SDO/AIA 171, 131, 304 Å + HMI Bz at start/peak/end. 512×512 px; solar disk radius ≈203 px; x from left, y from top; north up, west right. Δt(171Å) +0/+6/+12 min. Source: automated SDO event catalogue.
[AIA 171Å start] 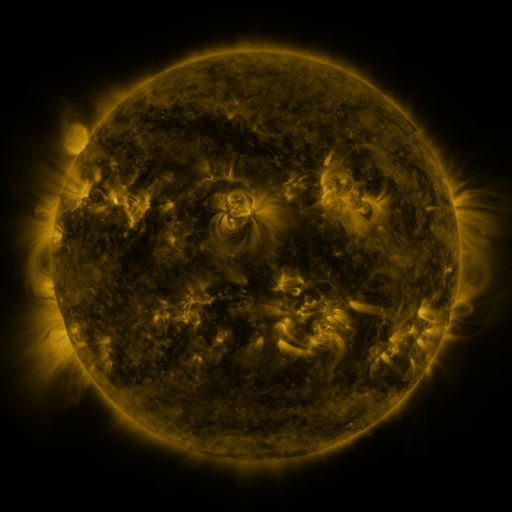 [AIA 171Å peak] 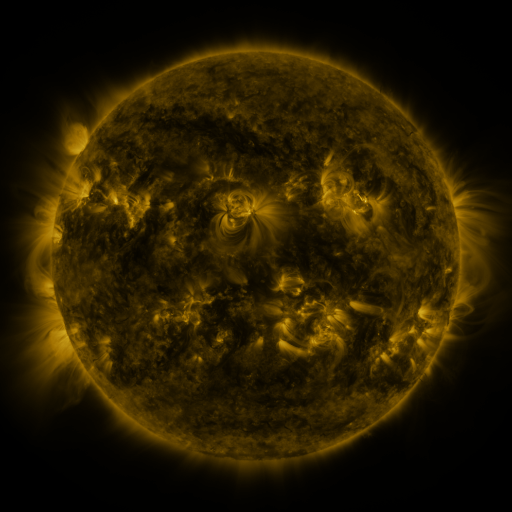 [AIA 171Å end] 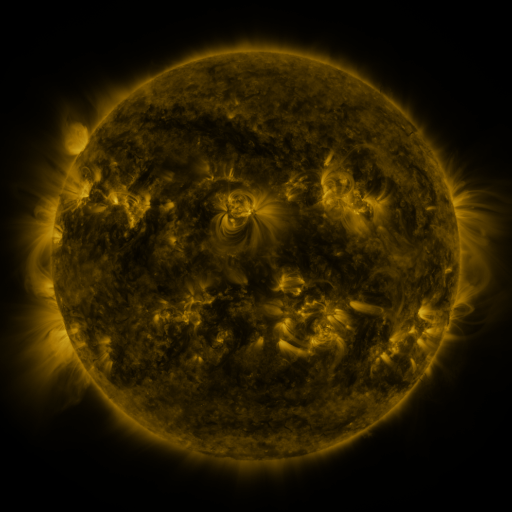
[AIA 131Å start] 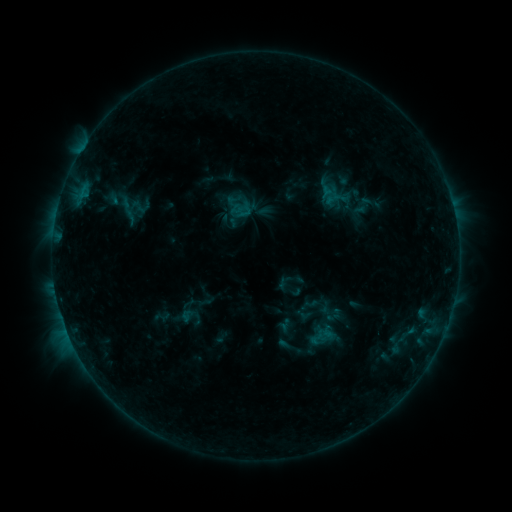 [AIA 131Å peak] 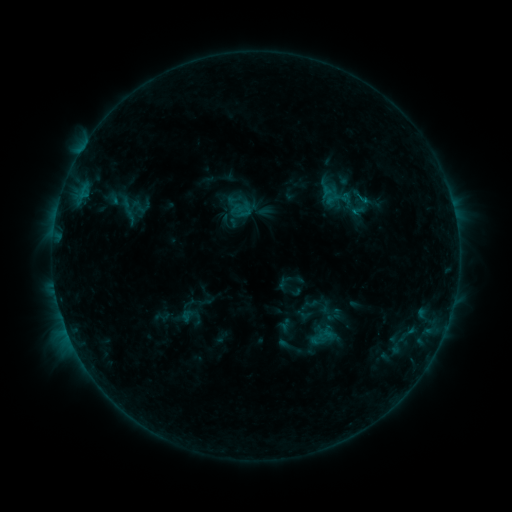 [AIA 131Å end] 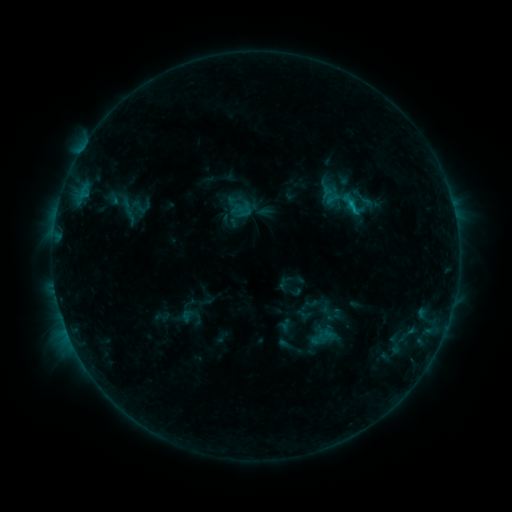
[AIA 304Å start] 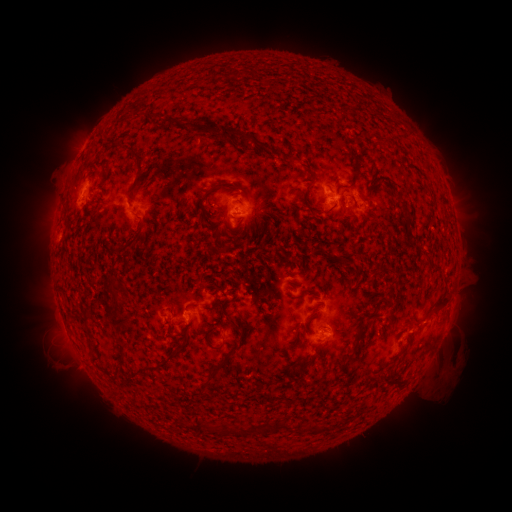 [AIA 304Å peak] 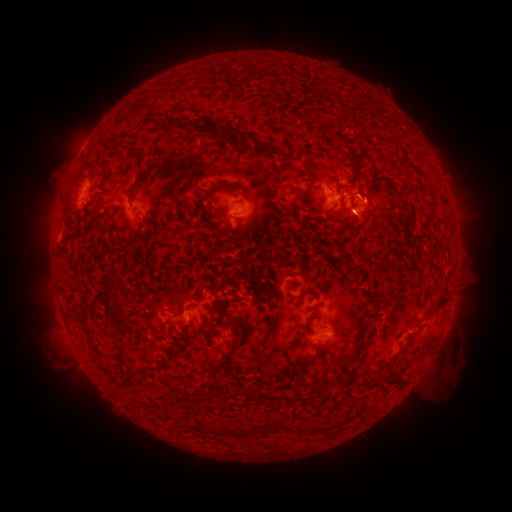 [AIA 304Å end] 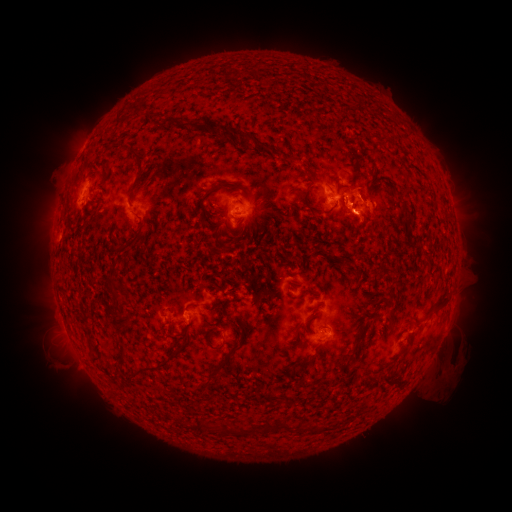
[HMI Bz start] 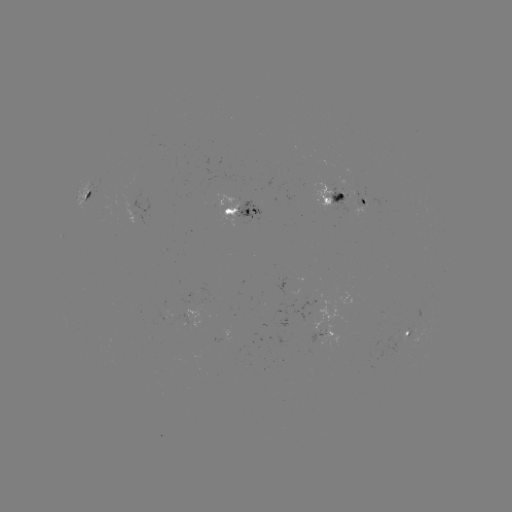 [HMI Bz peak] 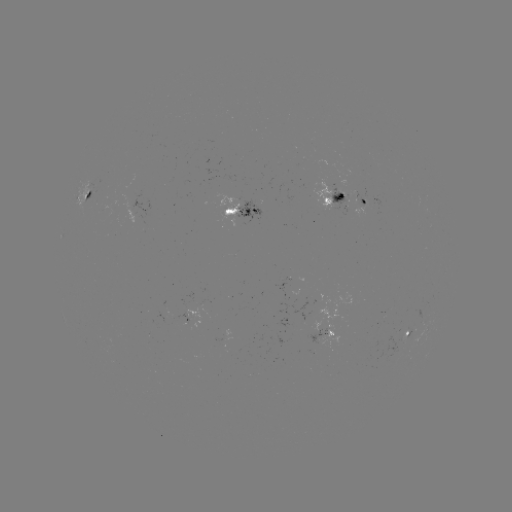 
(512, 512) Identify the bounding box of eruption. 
[332, 167, 406, 253].